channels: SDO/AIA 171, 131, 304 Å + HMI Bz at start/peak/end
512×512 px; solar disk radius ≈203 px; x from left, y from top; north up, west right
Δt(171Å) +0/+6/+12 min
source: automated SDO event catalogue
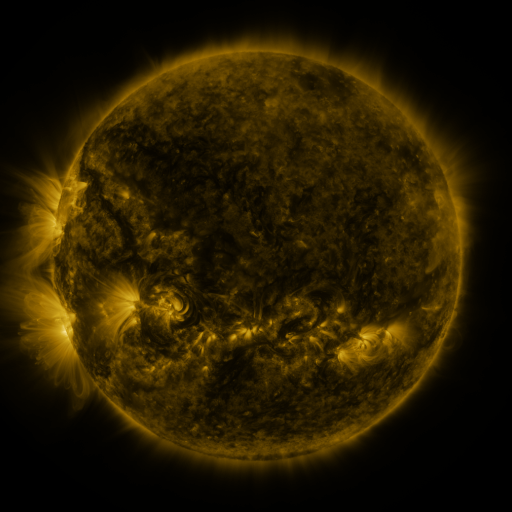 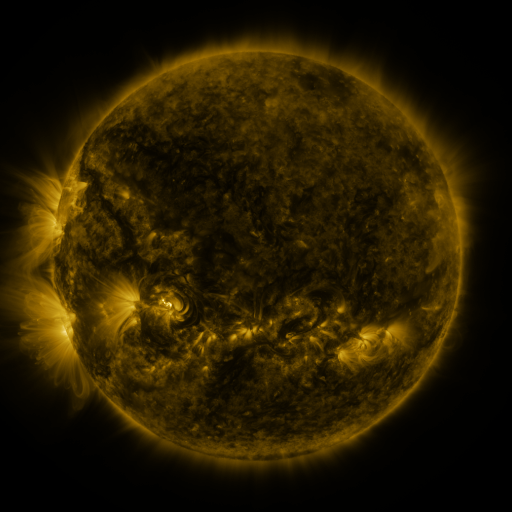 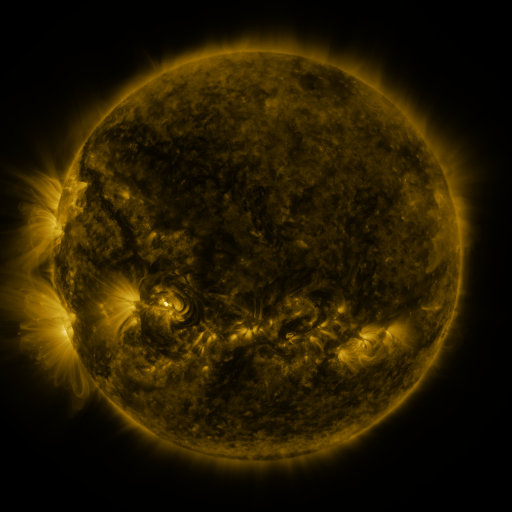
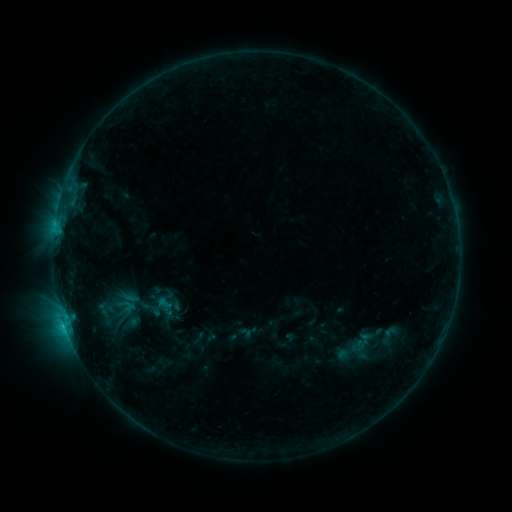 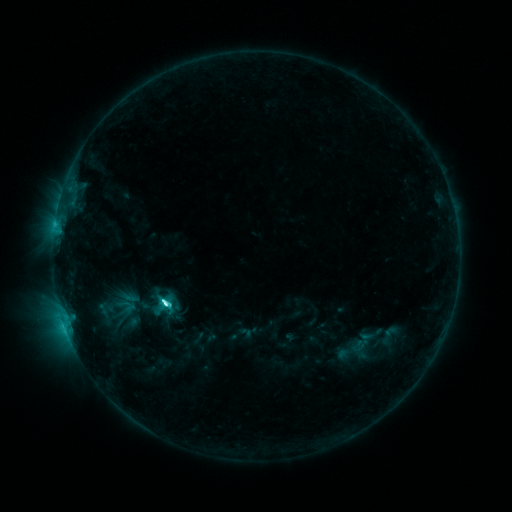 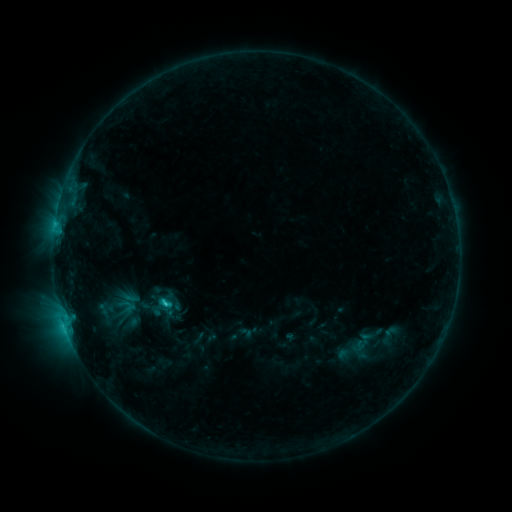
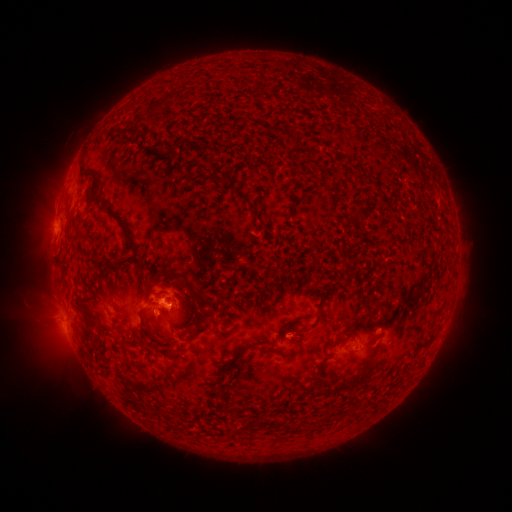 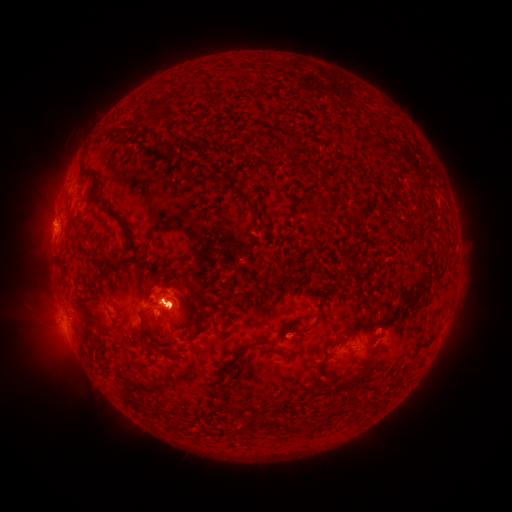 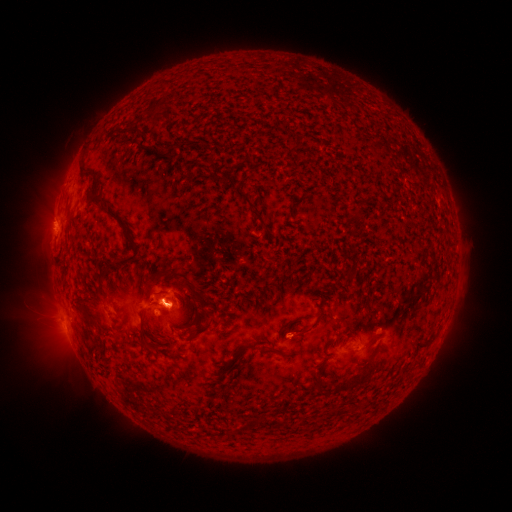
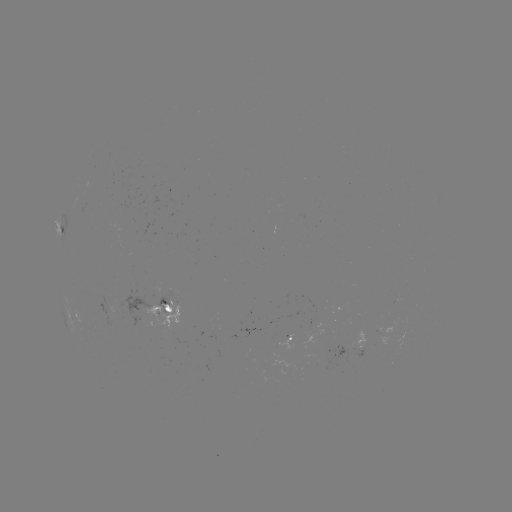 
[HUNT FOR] C4.5 flare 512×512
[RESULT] [167, 302]